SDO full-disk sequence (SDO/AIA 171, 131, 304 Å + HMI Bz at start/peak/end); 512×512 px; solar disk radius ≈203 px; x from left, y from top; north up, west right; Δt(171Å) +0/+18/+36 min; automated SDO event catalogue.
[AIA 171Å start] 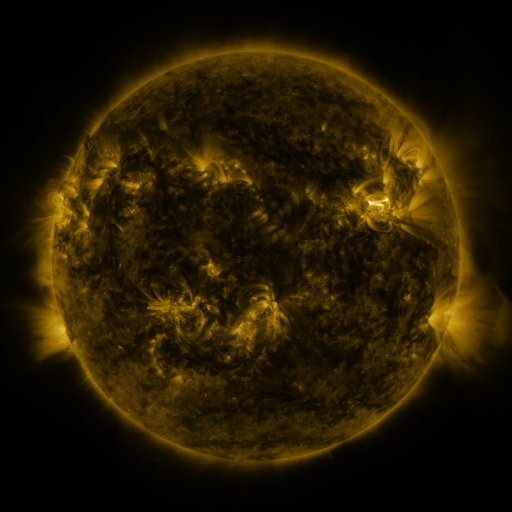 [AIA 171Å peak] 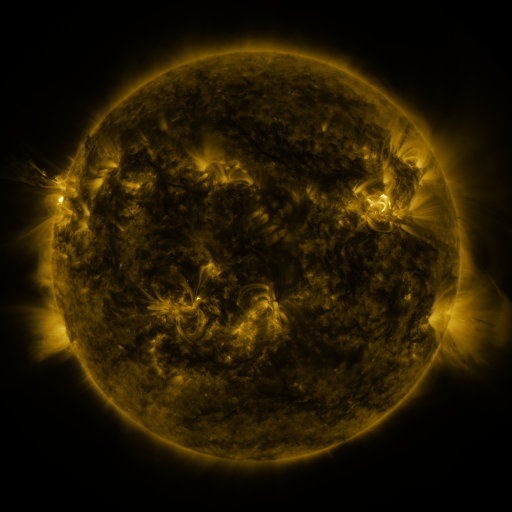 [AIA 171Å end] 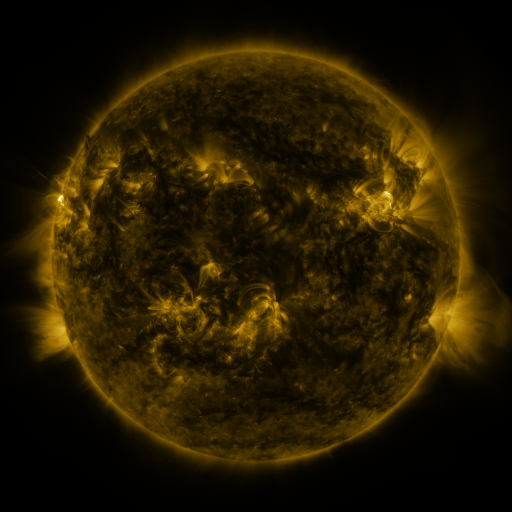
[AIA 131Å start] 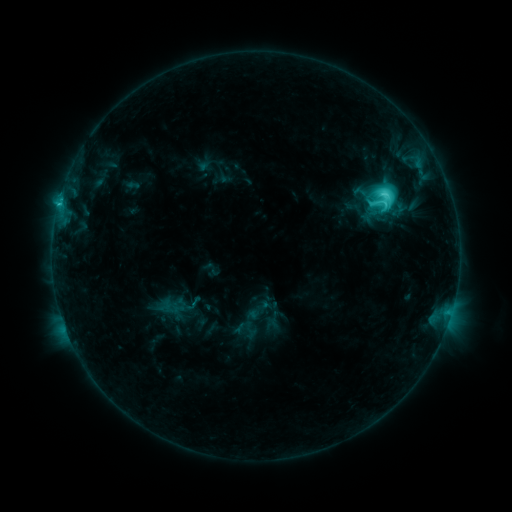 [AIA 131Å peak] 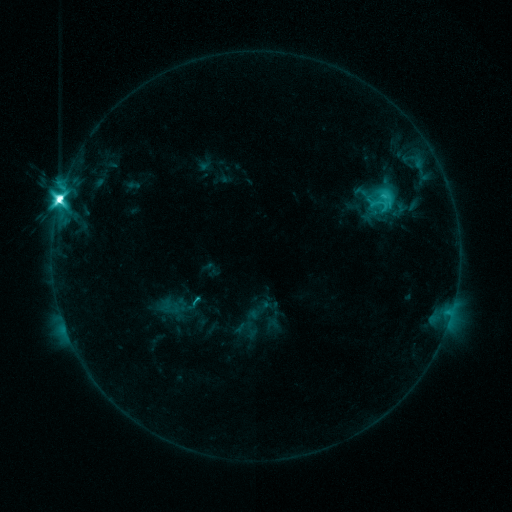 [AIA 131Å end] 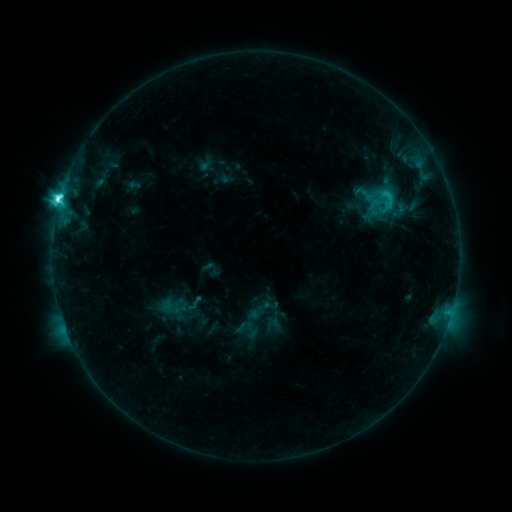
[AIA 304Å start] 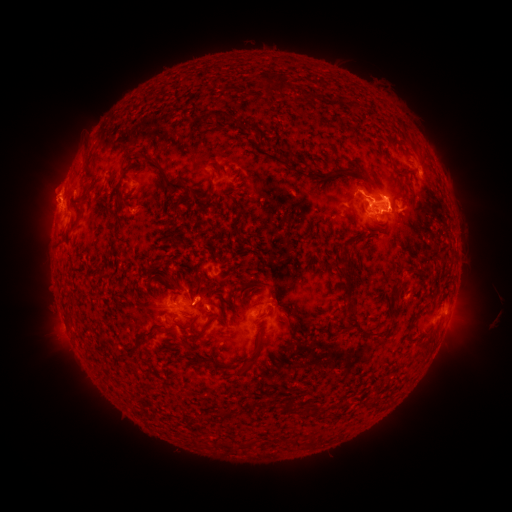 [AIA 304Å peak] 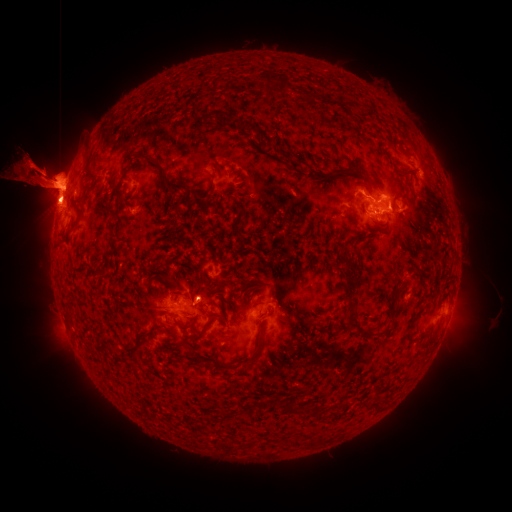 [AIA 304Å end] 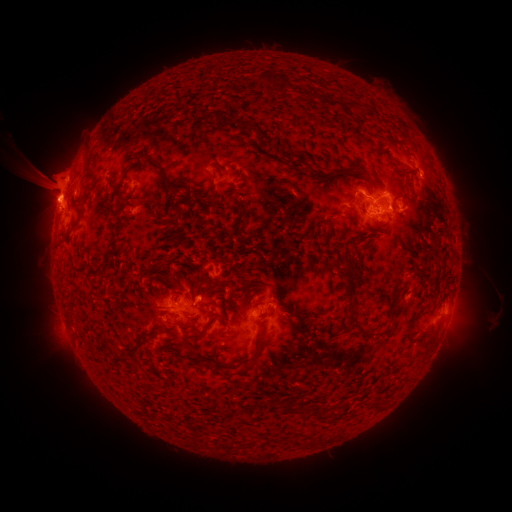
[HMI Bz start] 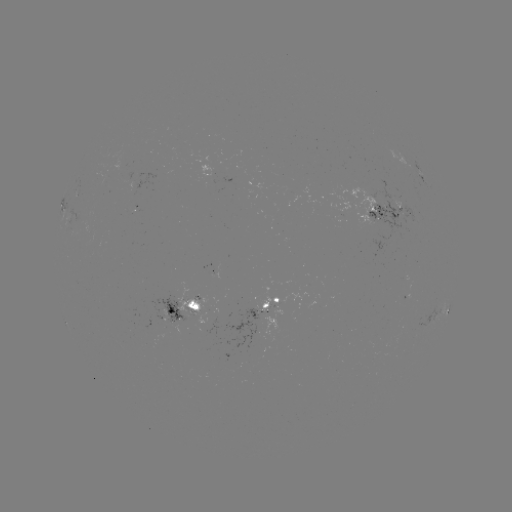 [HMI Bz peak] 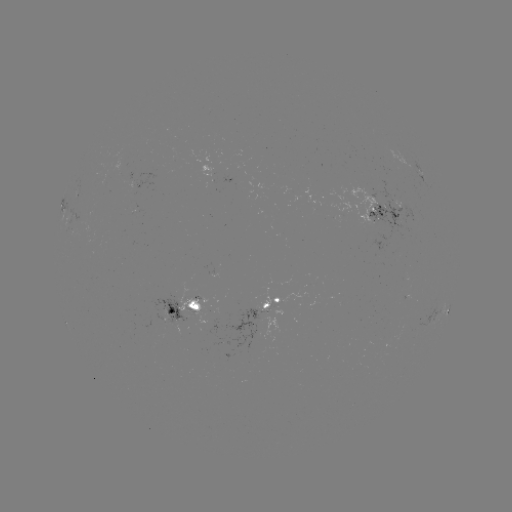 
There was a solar eruption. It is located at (46, 181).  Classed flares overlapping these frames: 1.